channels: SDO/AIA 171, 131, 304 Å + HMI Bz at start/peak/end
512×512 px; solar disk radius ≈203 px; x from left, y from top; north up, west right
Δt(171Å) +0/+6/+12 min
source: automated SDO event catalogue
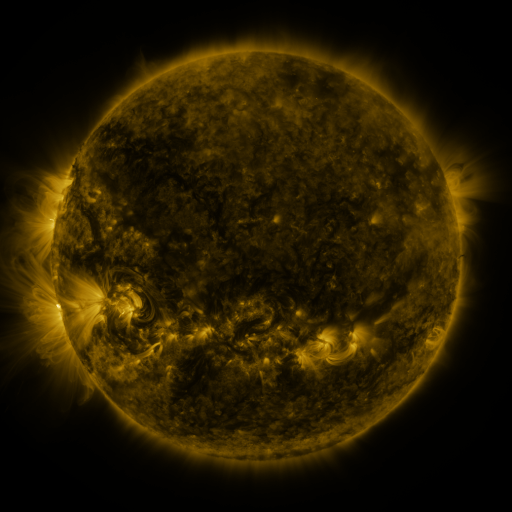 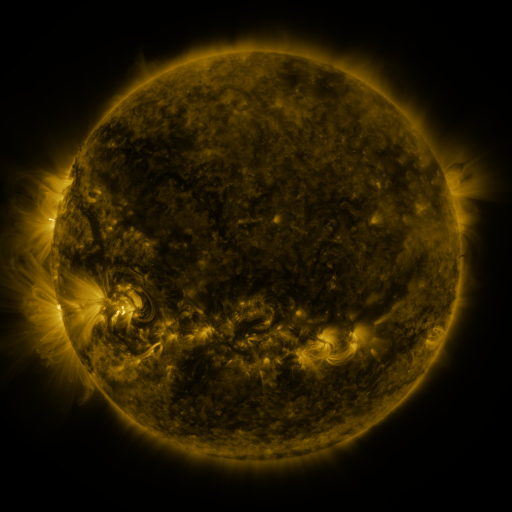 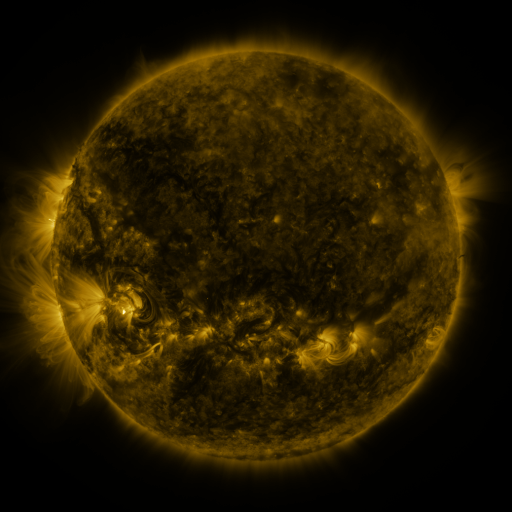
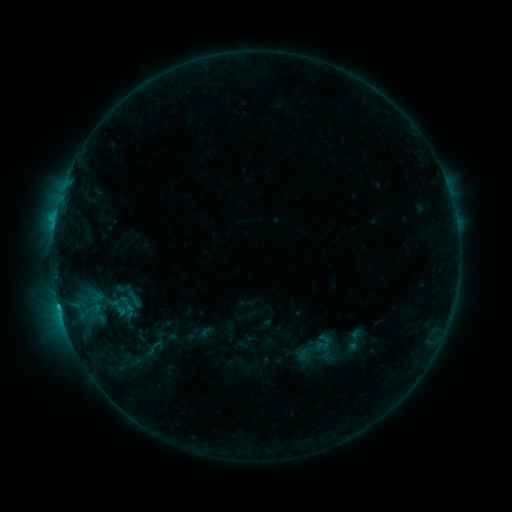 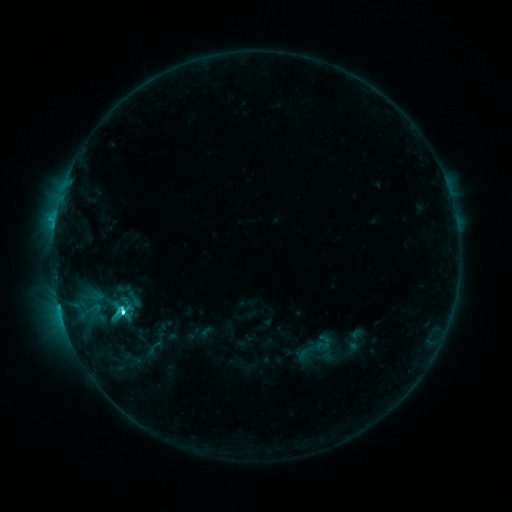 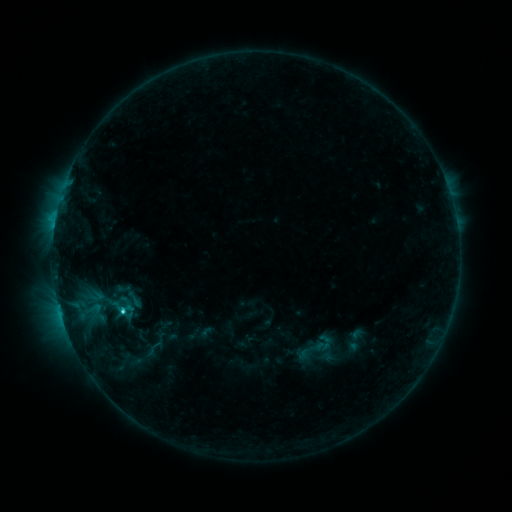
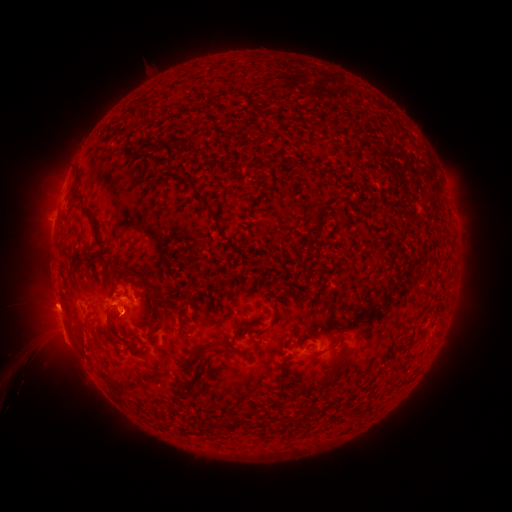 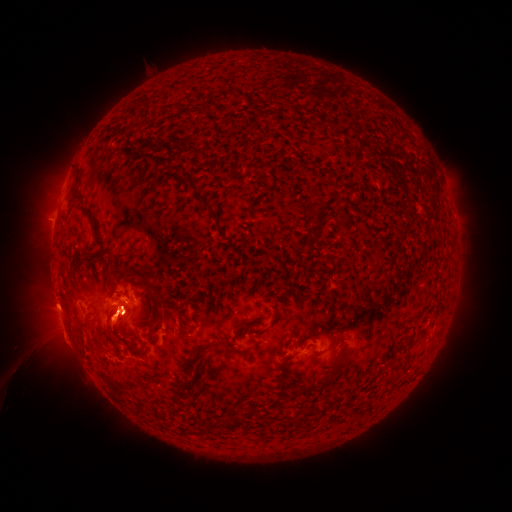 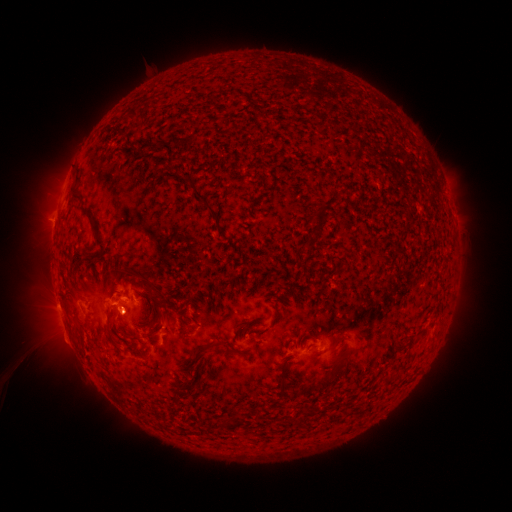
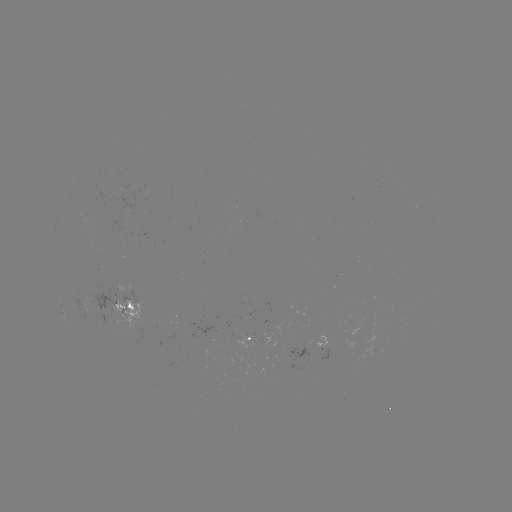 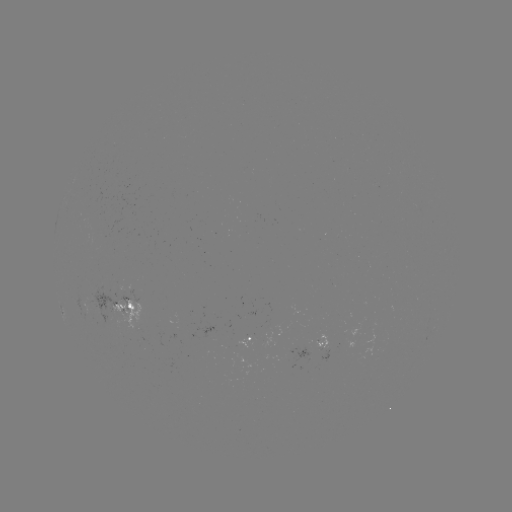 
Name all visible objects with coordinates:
C4.2 flare: (124, 309)
